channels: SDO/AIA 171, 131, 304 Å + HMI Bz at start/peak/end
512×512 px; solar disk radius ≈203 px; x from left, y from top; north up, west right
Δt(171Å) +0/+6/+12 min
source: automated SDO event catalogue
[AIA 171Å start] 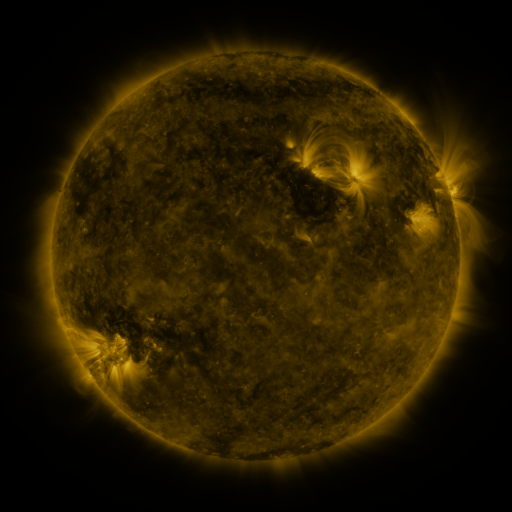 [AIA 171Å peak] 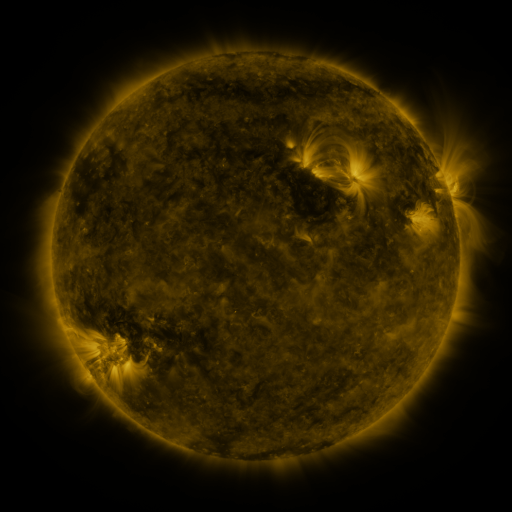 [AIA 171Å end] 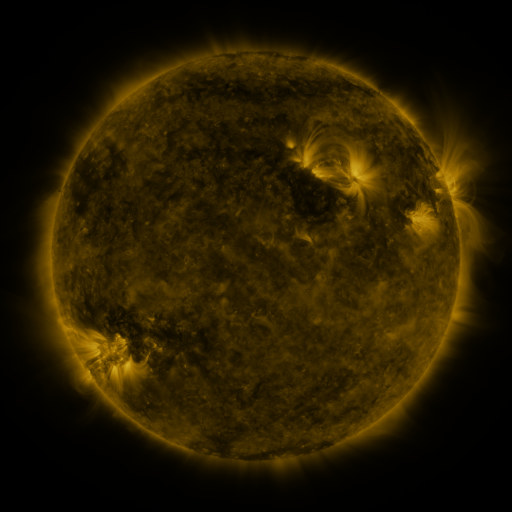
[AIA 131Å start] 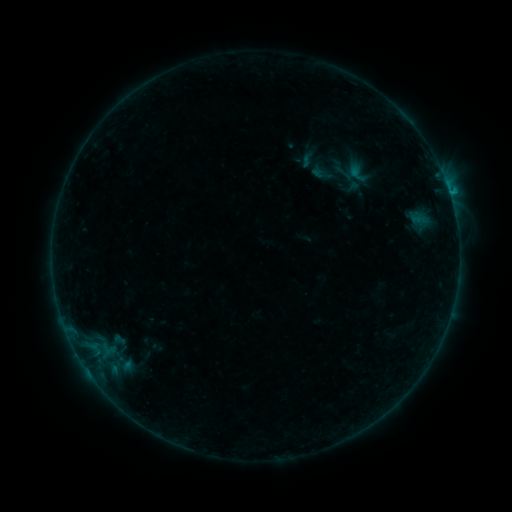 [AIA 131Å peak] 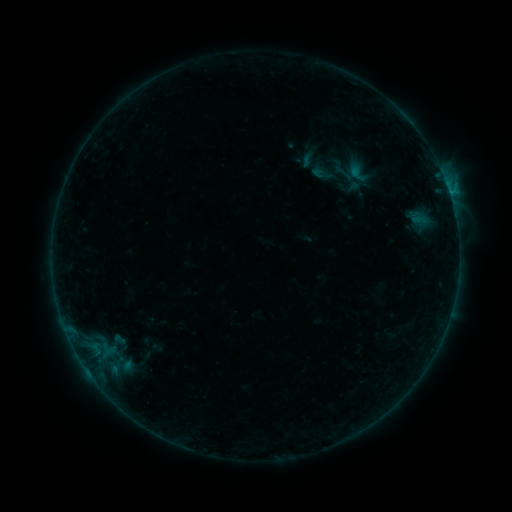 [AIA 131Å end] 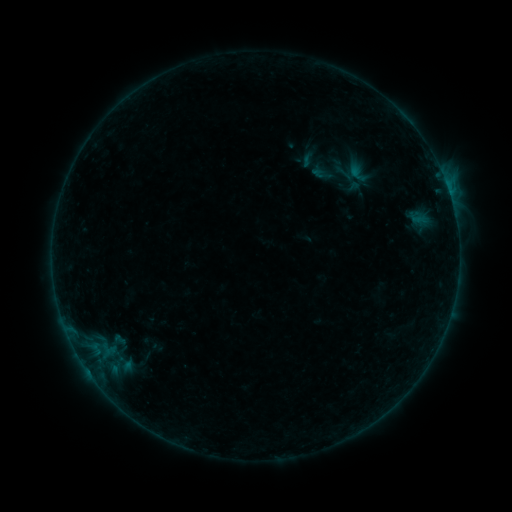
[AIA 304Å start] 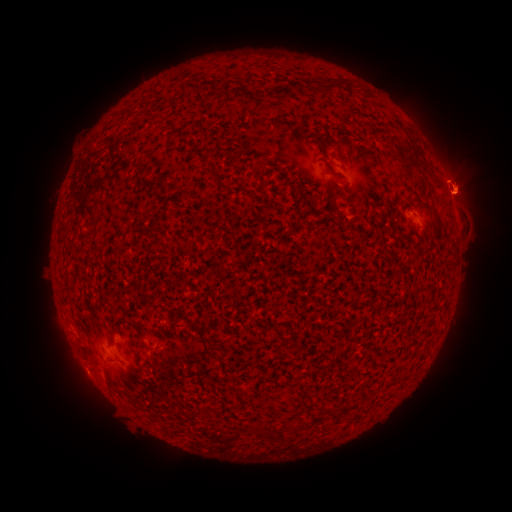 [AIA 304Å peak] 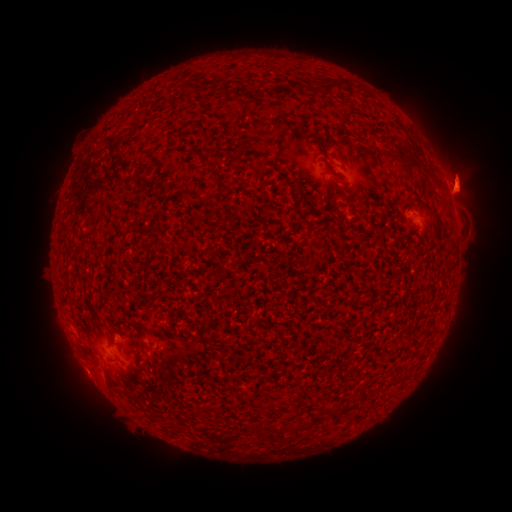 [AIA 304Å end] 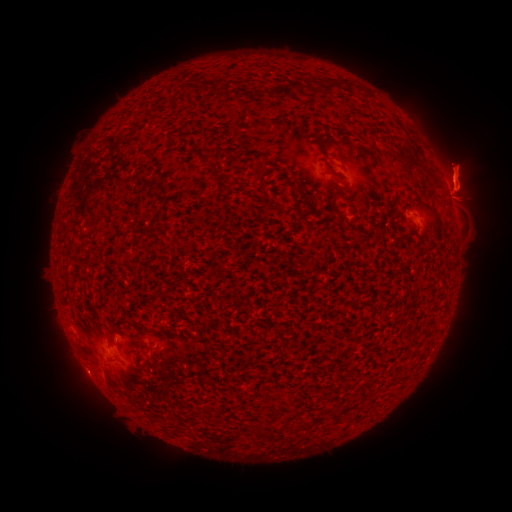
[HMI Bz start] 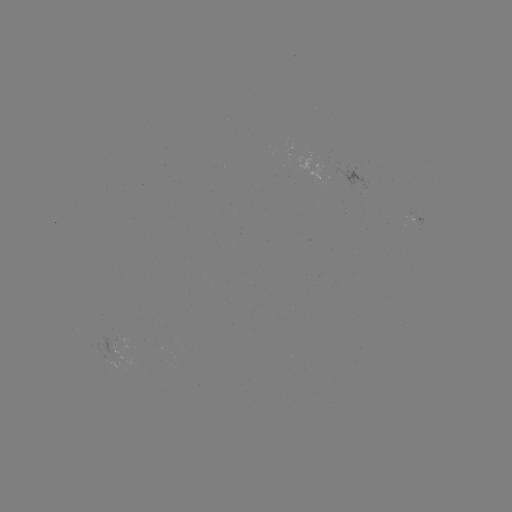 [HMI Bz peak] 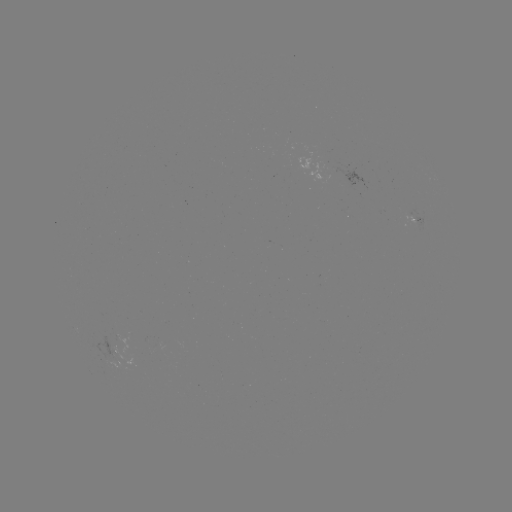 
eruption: [439, 238, 486, 267]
